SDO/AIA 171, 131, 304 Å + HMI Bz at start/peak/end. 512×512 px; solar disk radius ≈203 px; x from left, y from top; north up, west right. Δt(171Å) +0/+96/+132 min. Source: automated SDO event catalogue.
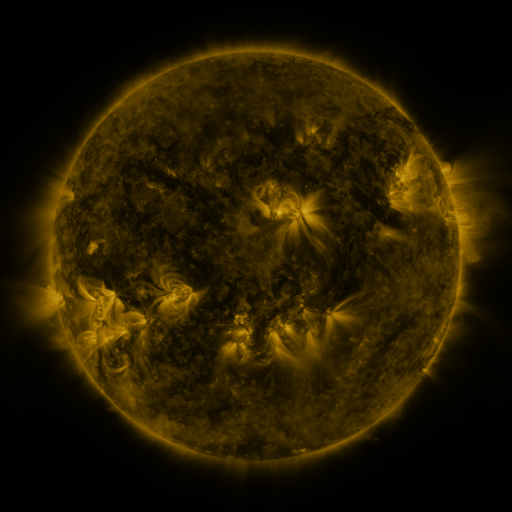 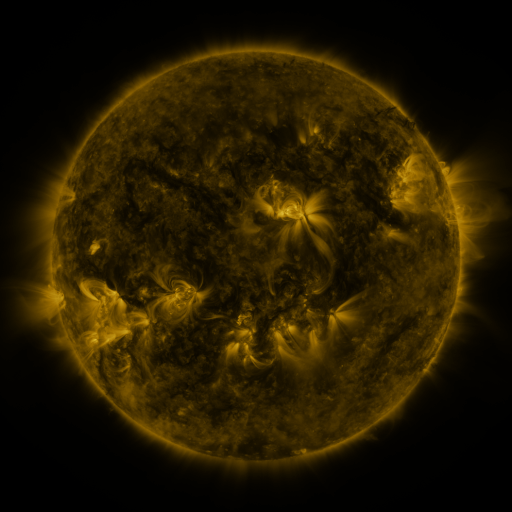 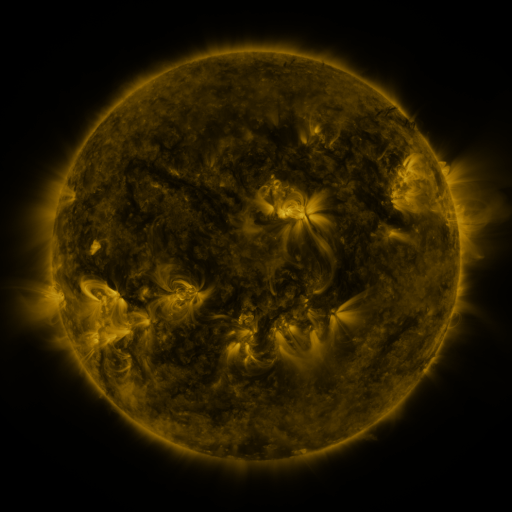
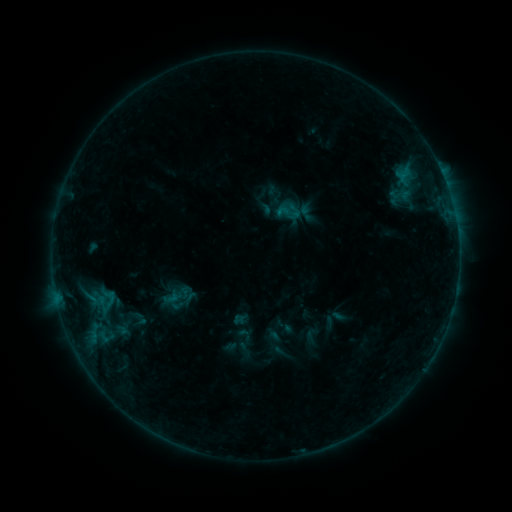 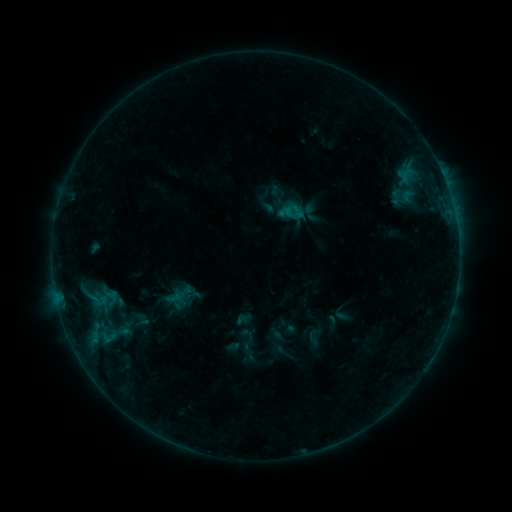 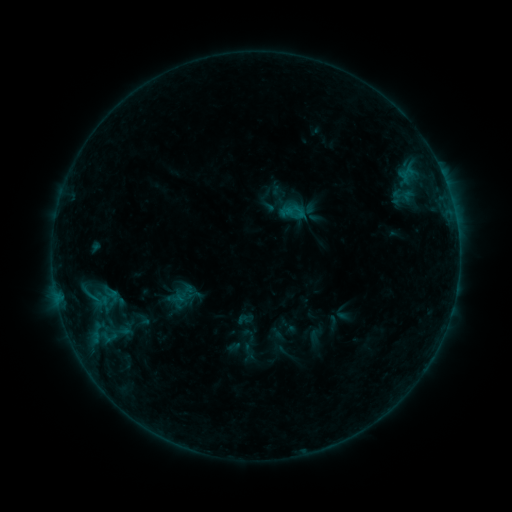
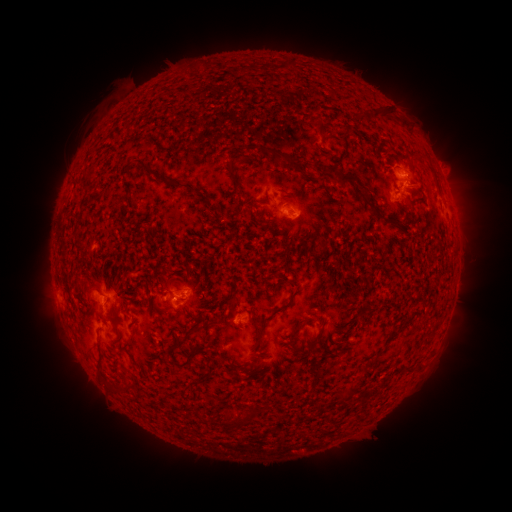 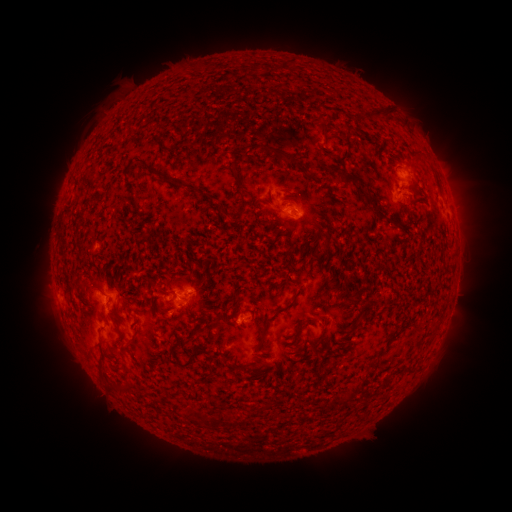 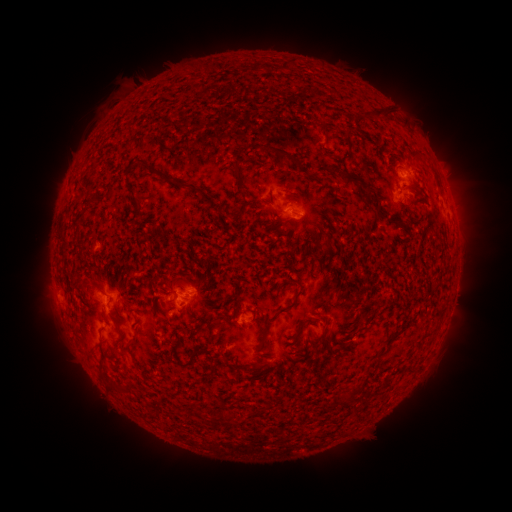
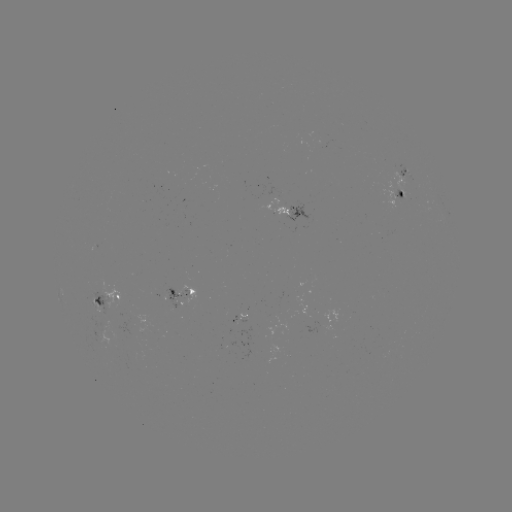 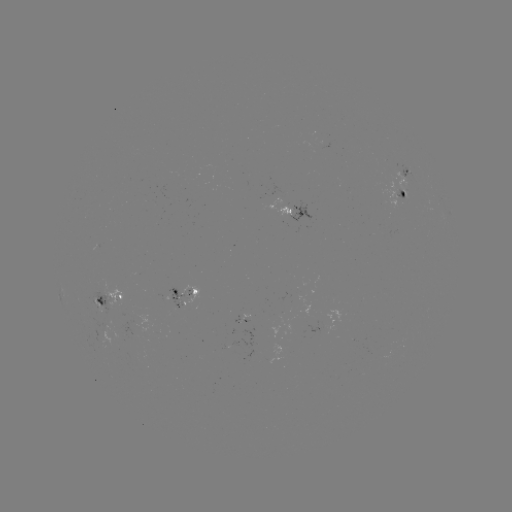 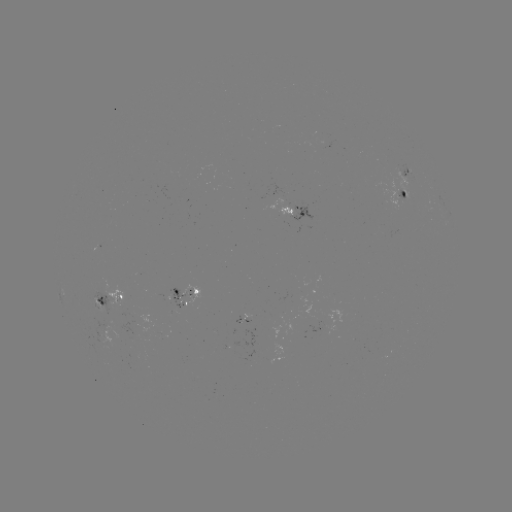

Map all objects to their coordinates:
emerging-flux region: (280, 212)
